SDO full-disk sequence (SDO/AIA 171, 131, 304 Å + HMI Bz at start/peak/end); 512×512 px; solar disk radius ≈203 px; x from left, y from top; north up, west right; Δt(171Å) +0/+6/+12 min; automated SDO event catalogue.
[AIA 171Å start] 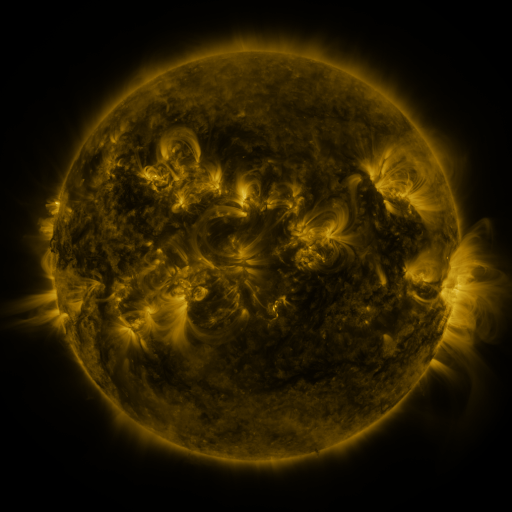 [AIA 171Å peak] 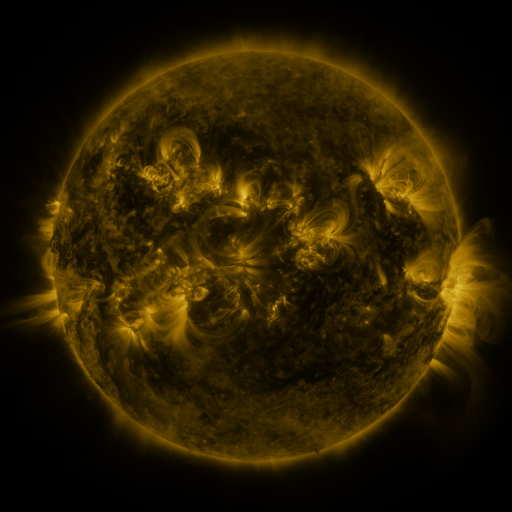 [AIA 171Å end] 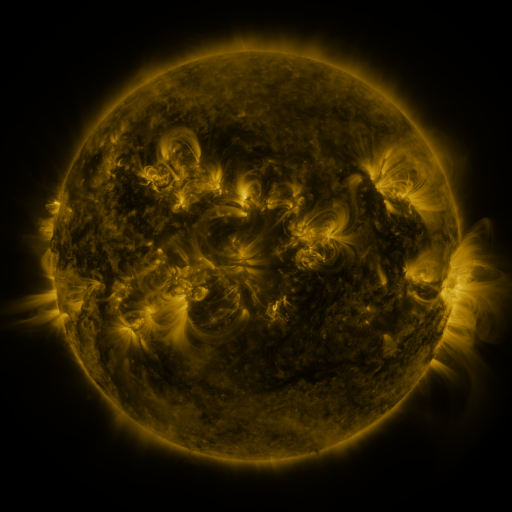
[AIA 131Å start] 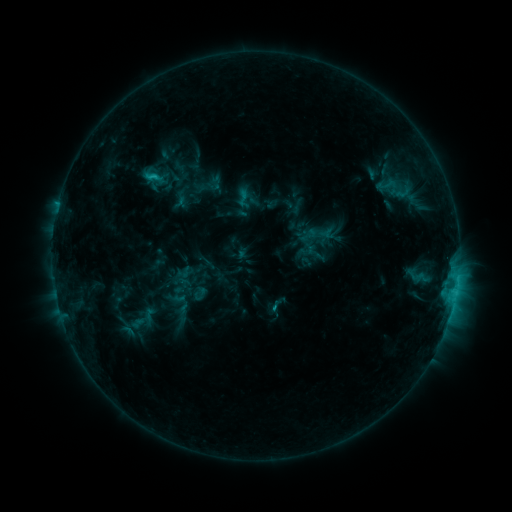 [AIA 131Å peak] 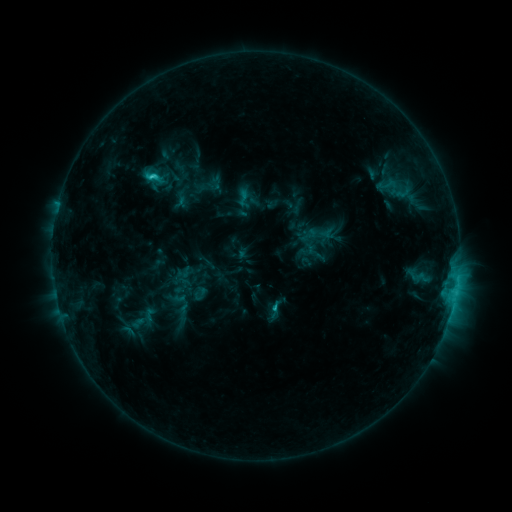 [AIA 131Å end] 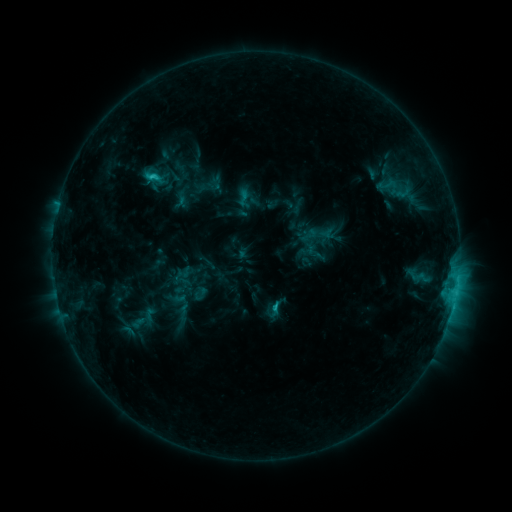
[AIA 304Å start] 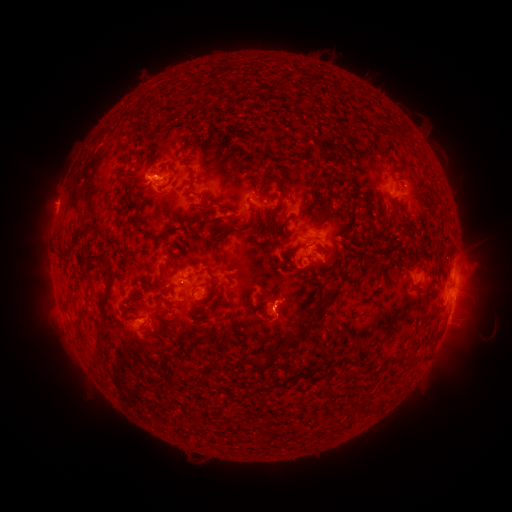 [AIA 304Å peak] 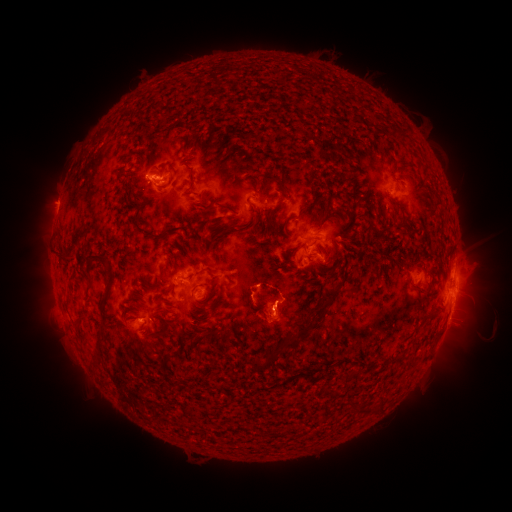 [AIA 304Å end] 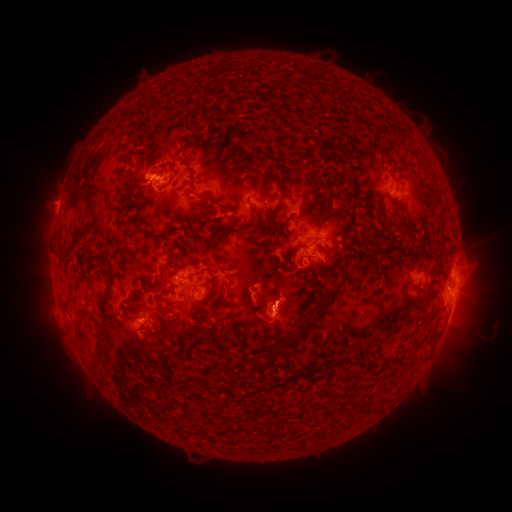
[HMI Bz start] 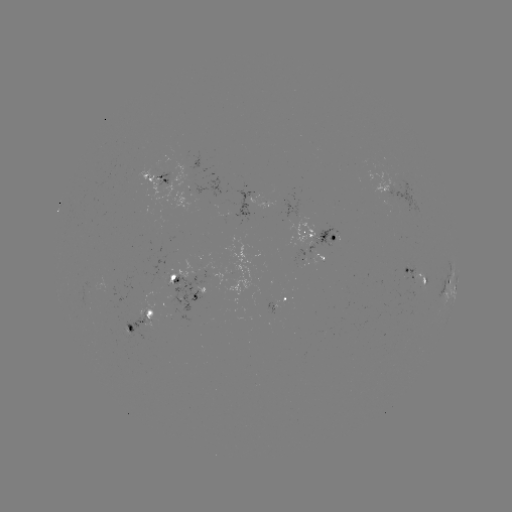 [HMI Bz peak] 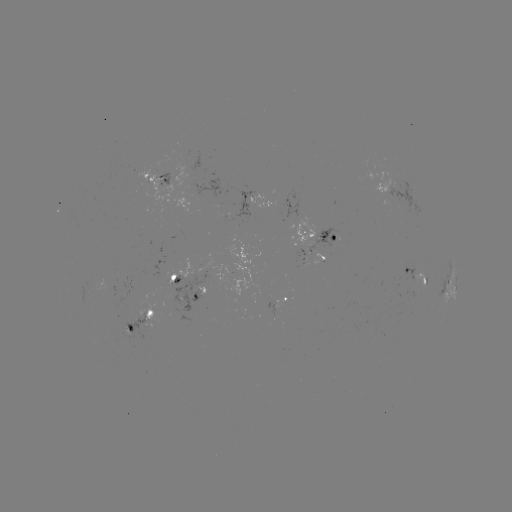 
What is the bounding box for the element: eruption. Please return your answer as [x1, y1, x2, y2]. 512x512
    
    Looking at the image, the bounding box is [235, 259, 305, 353].